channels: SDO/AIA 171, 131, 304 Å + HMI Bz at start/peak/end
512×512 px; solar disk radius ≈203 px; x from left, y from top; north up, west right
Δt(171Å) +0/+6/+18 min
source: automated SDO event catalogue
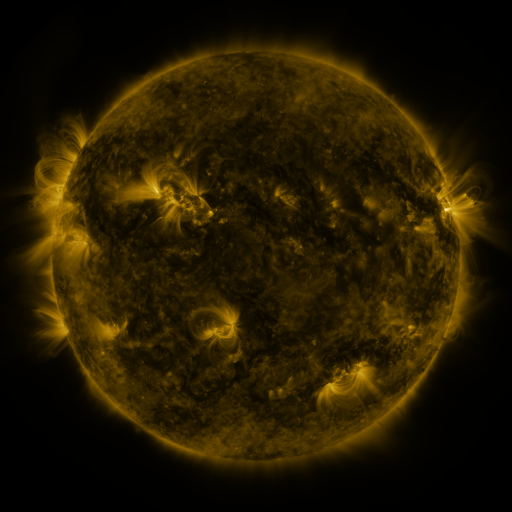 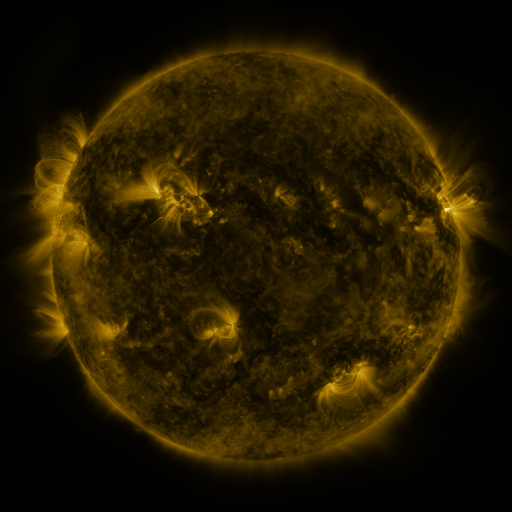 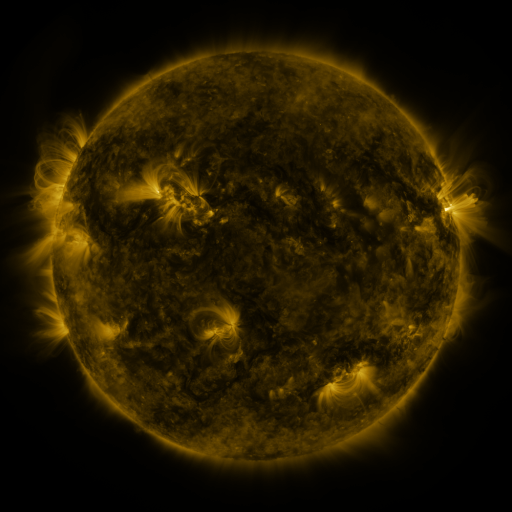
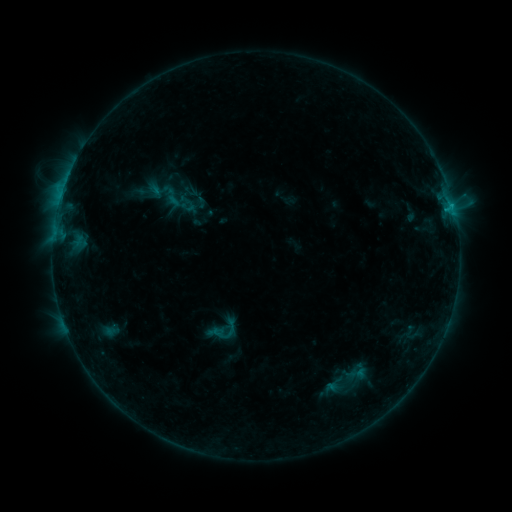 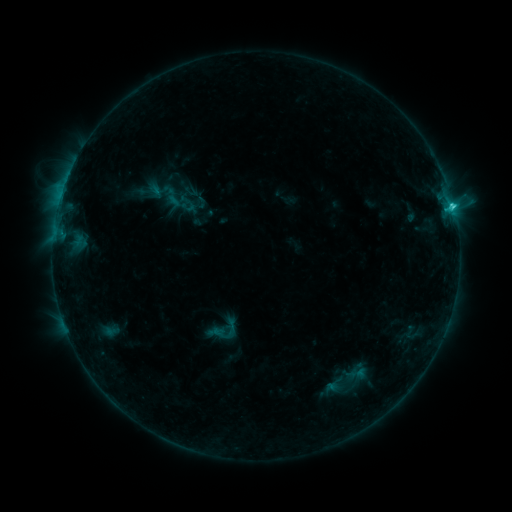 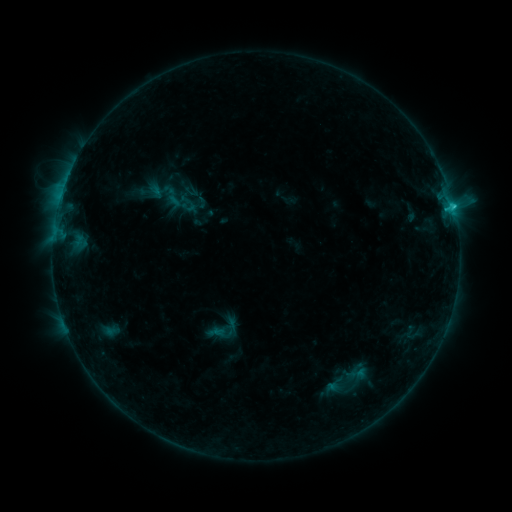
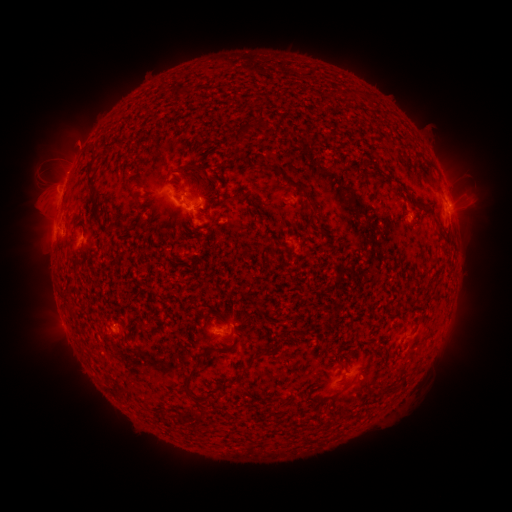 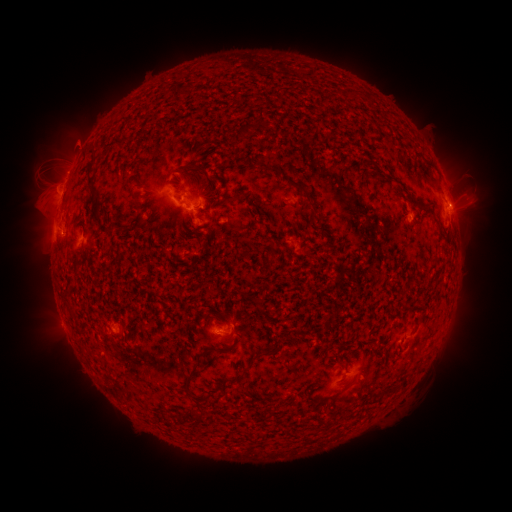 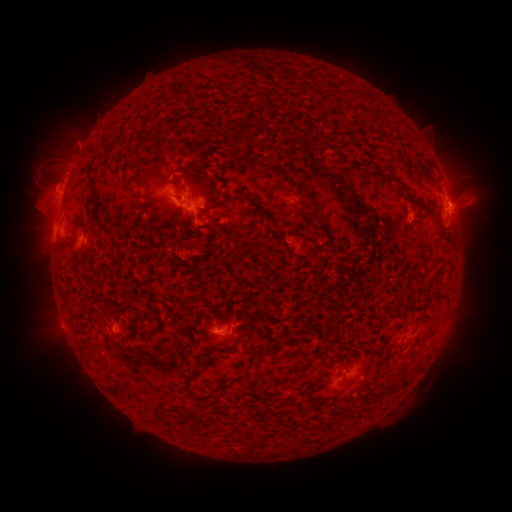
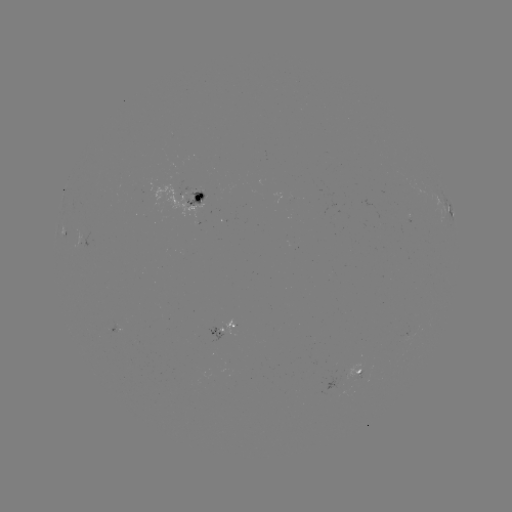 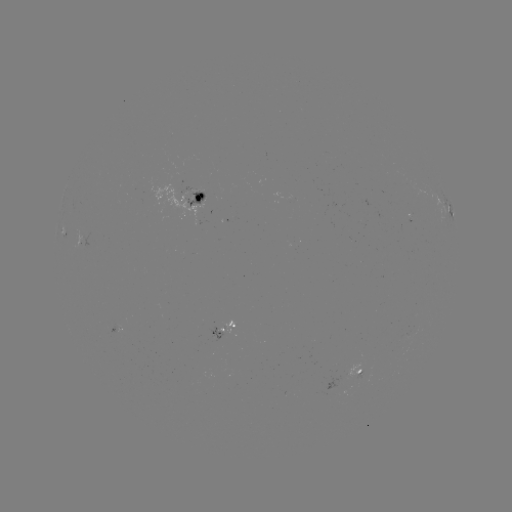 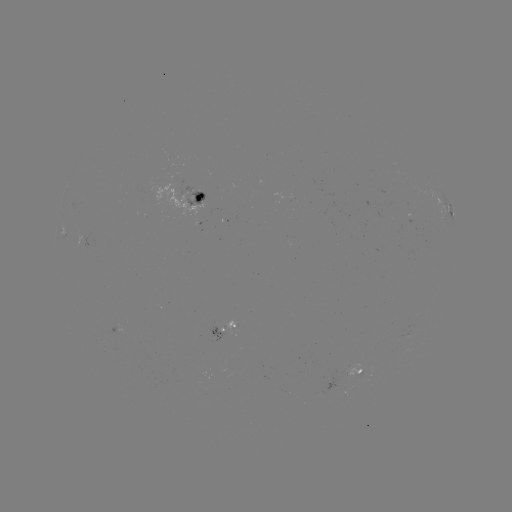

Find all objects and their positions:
C1.9 flare: (452, 209)
